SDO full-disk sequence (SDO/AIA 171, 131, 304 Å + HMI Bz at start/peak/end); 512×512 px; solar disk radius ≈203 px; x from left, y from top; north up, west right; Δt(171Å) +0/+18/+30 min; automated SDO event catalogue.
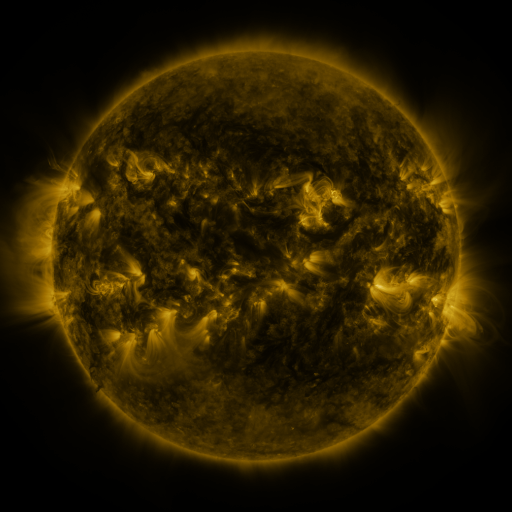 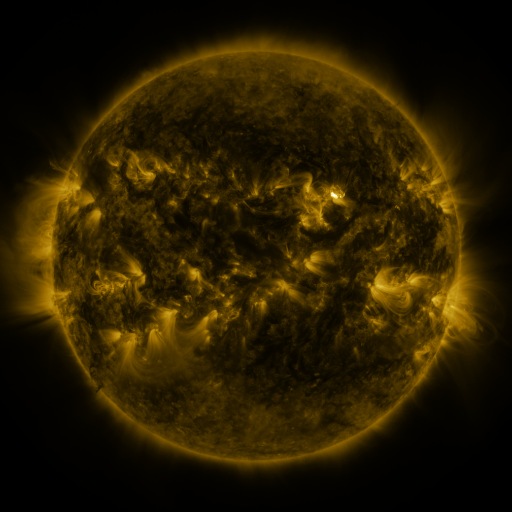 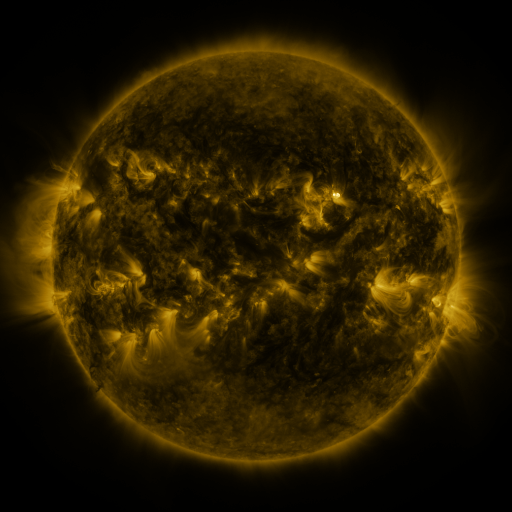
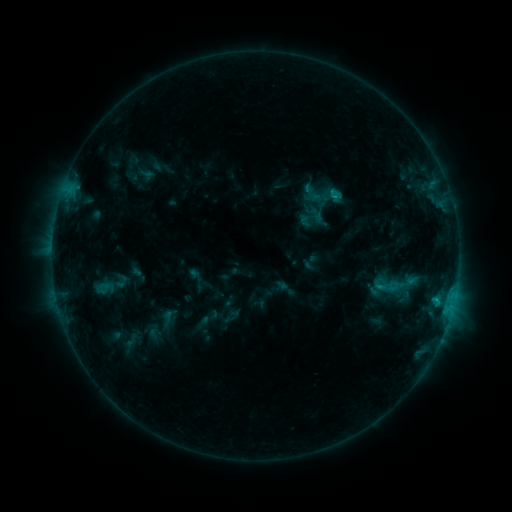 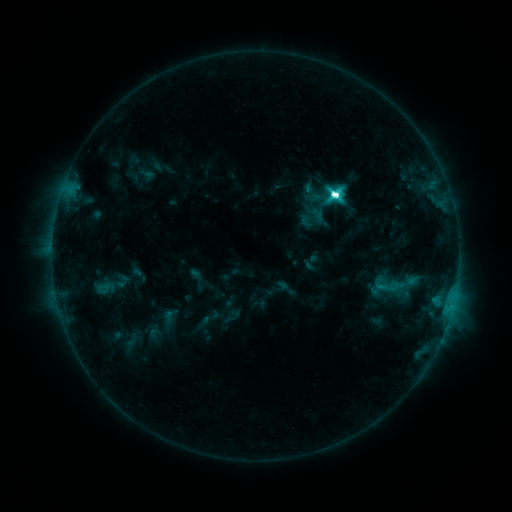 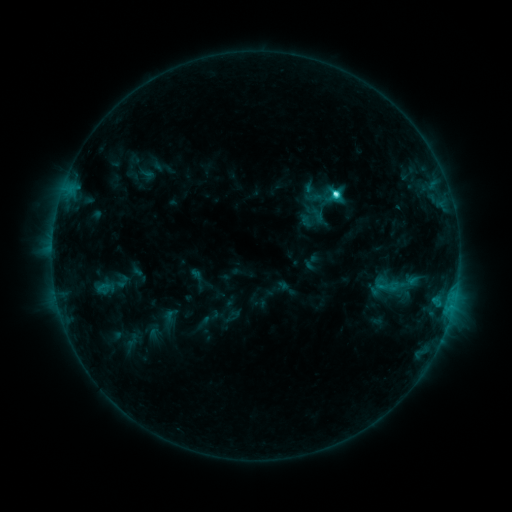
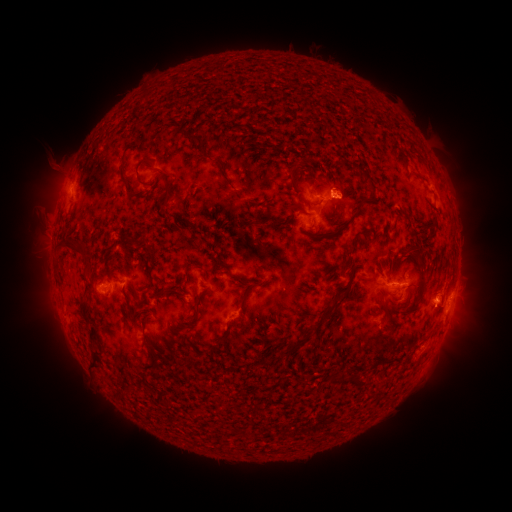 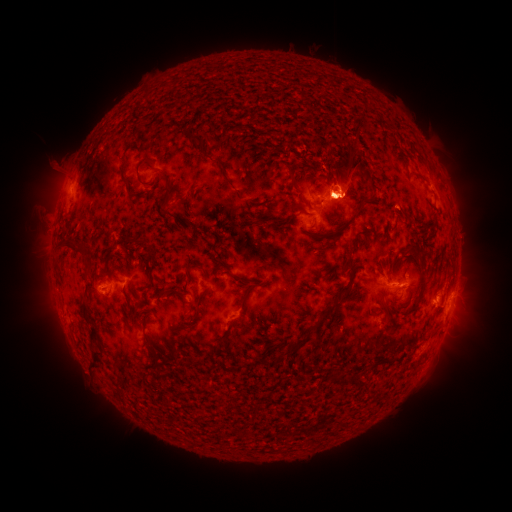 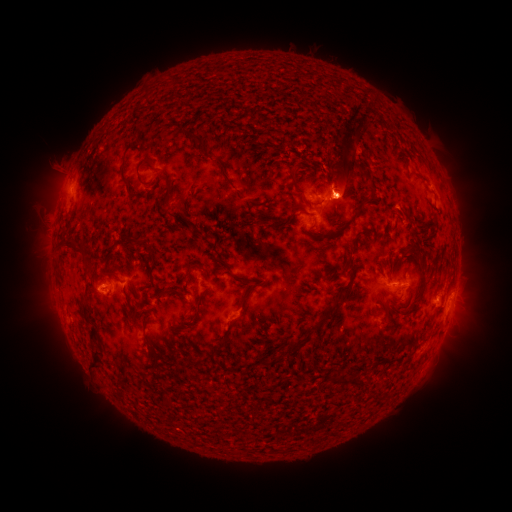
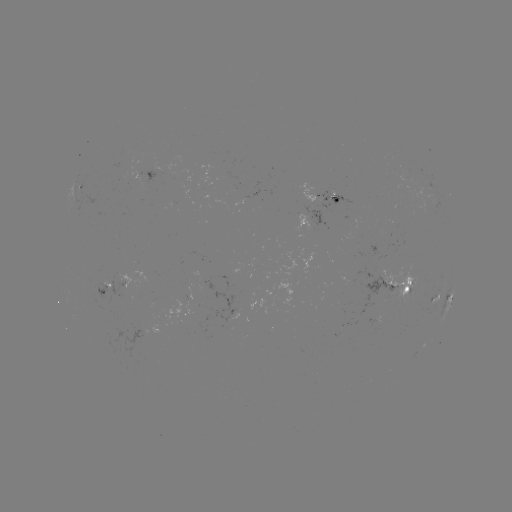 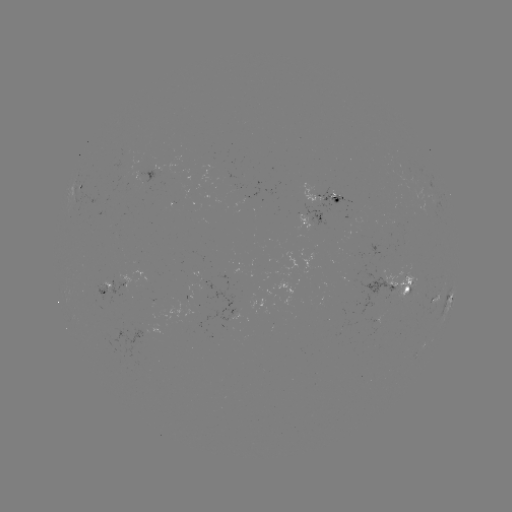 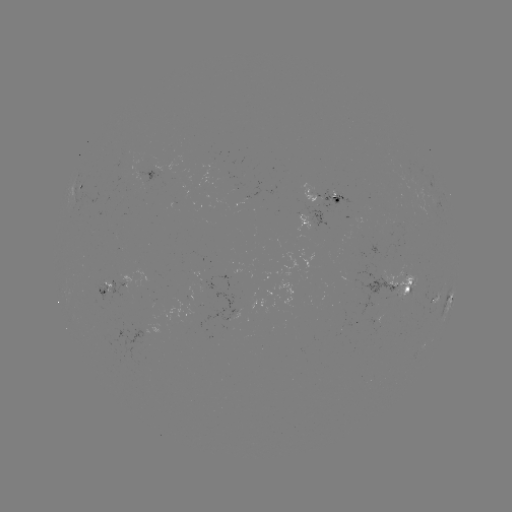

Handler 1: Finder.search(eruption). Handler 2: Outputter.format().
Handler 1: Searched eruption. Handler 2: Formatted (358, 168).